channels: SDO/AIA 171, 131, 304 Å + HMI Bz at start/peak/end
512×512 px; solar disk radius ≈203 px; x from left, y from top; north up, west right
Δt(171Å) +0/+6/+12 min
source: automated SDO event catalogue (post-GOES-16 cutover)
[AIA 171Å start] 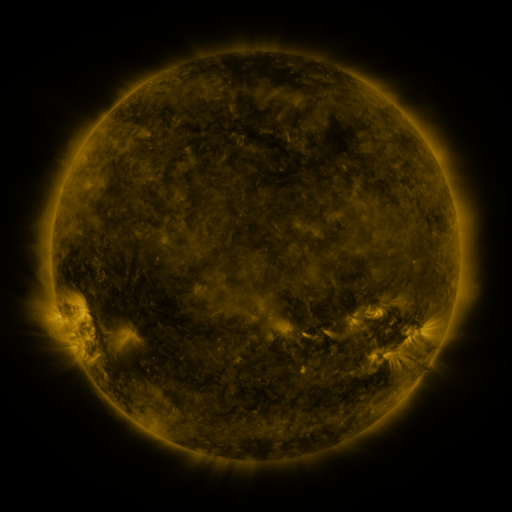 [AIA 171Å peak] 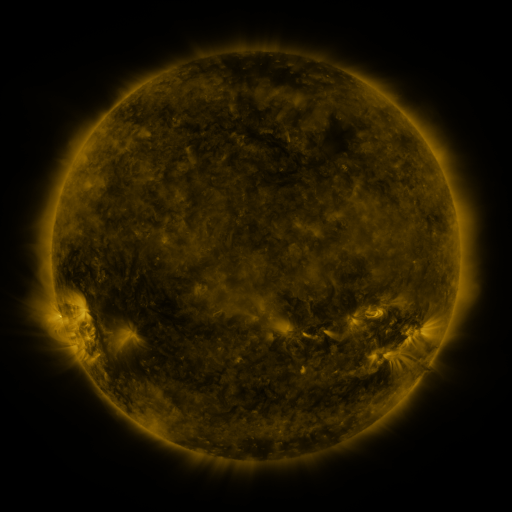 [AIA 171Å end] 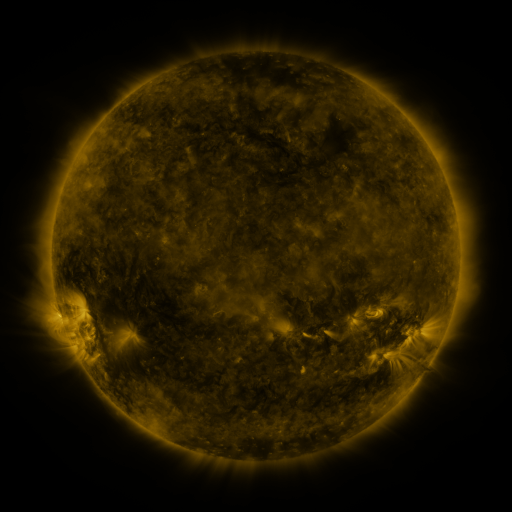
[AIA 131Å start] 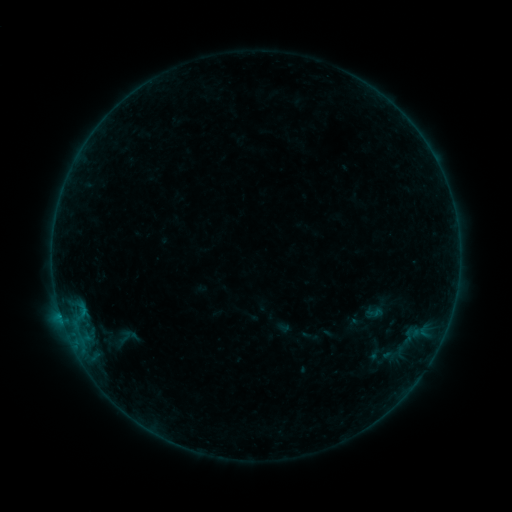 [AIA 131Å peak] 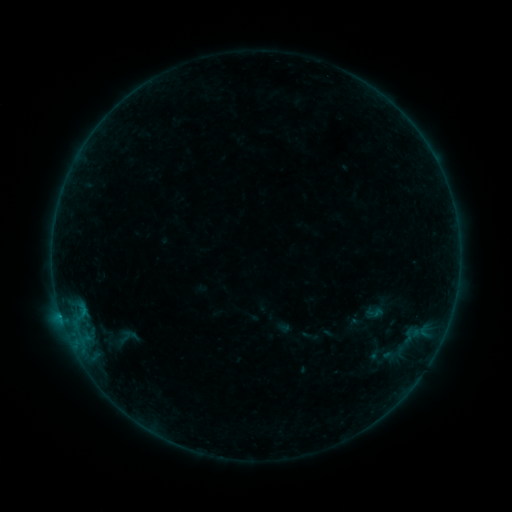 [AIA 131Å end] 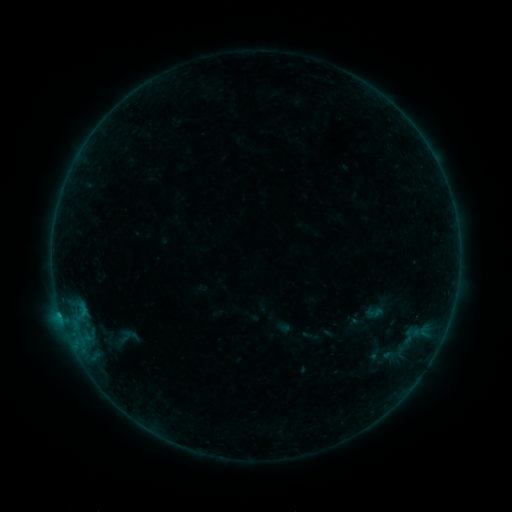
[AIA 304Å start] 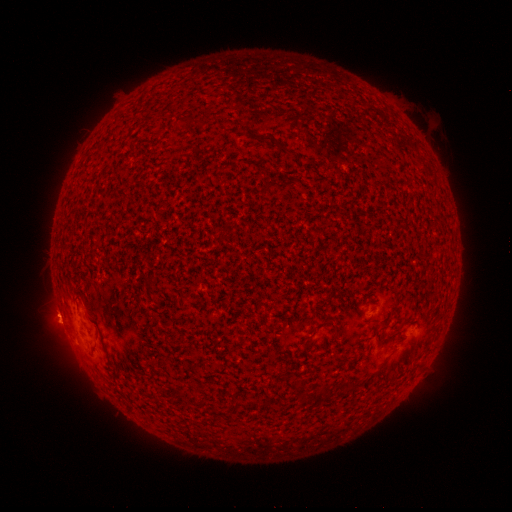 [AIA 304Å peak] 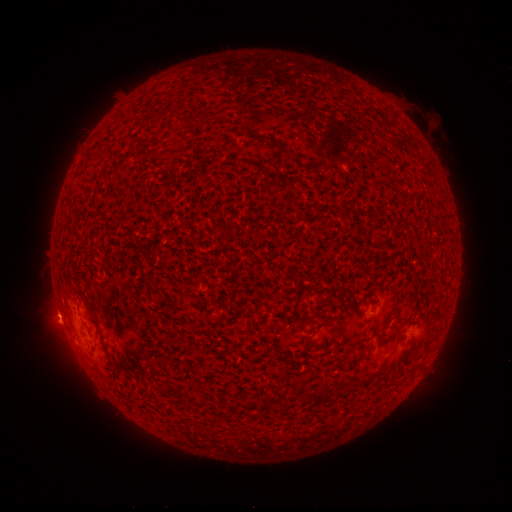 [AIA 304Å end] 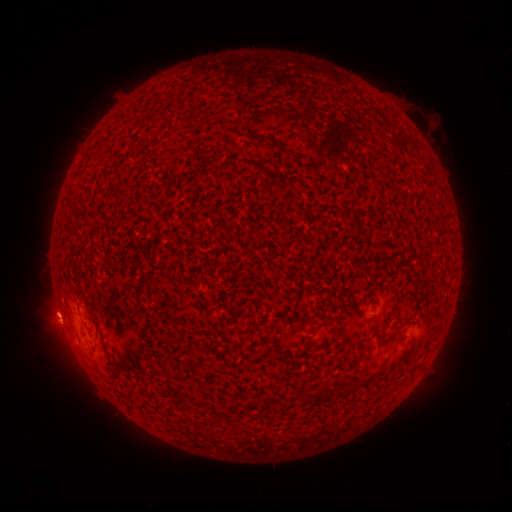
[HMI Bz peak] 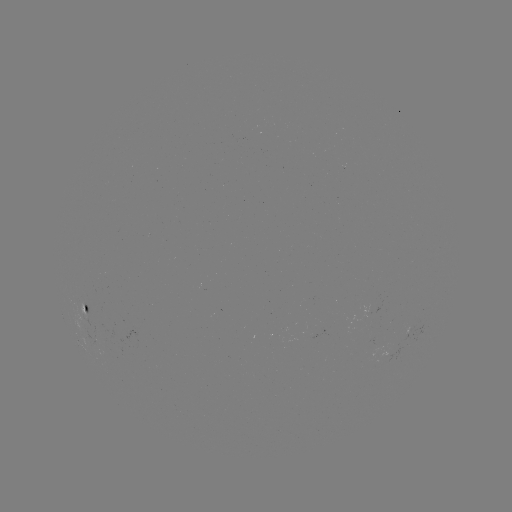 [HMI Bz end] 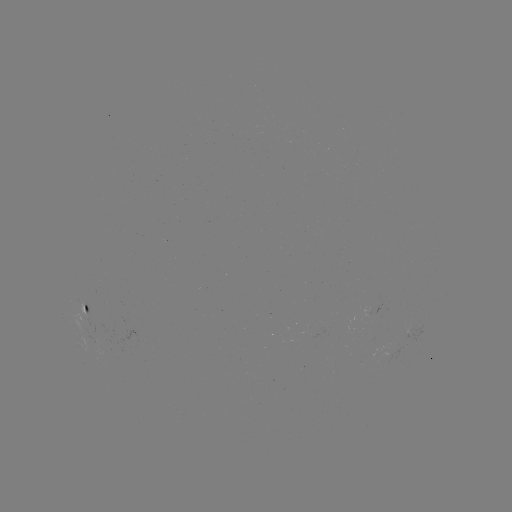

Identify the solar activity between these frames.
B2.7 flare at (60, 311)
